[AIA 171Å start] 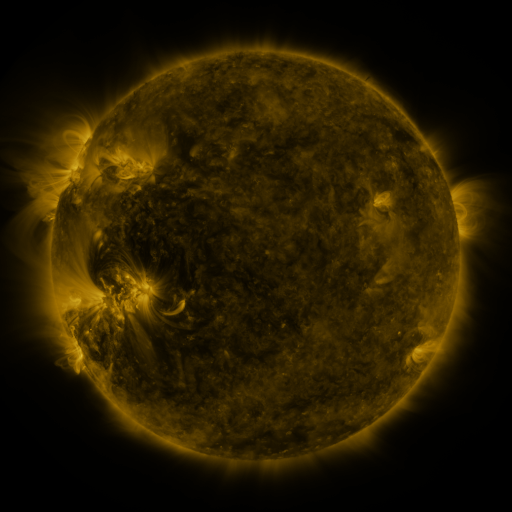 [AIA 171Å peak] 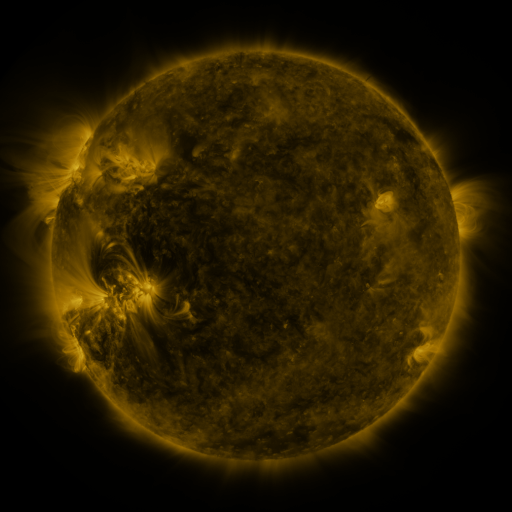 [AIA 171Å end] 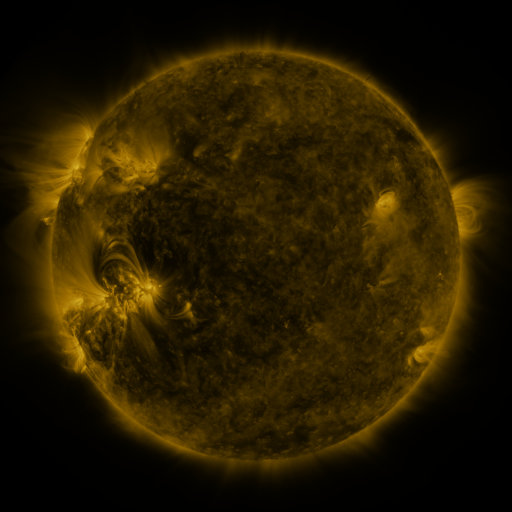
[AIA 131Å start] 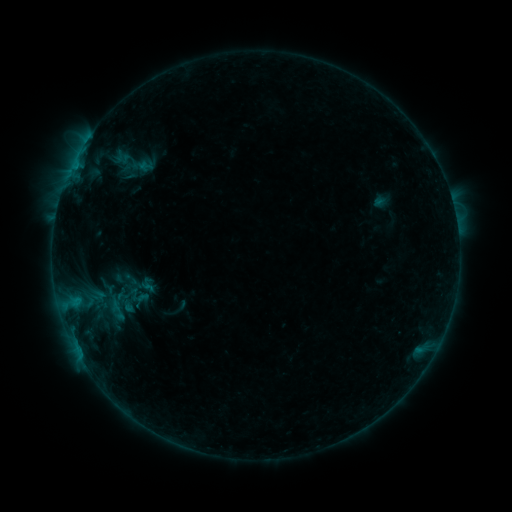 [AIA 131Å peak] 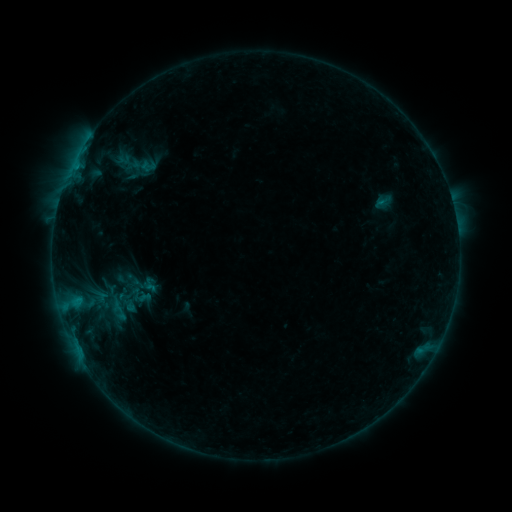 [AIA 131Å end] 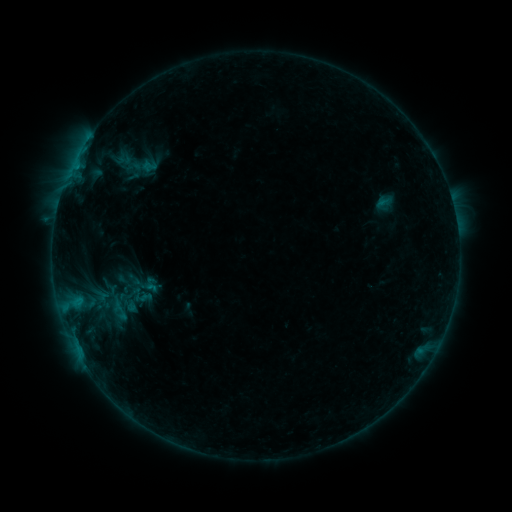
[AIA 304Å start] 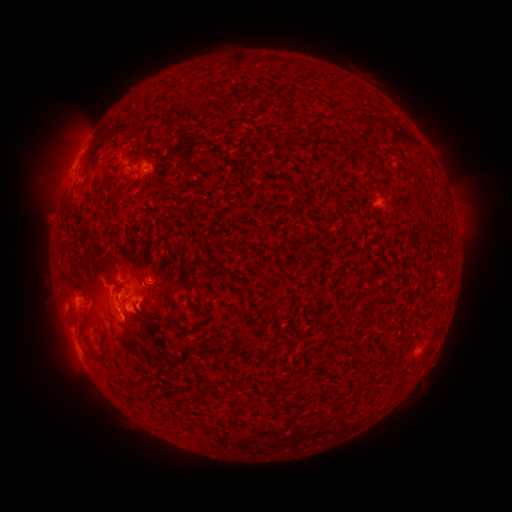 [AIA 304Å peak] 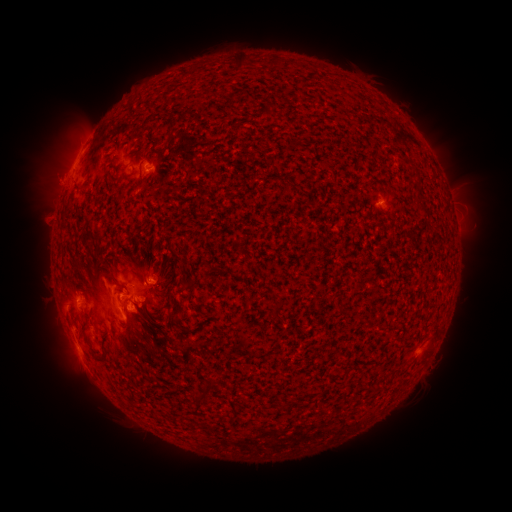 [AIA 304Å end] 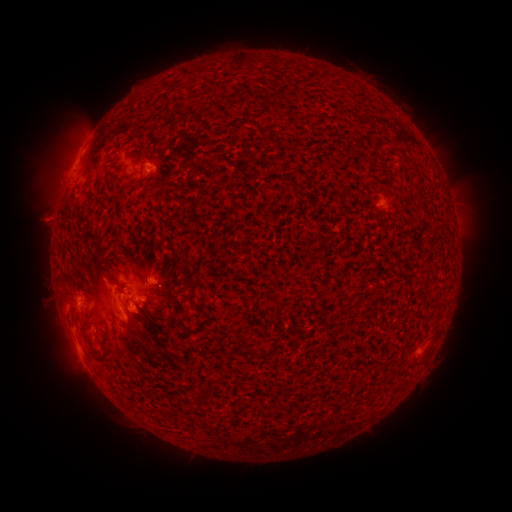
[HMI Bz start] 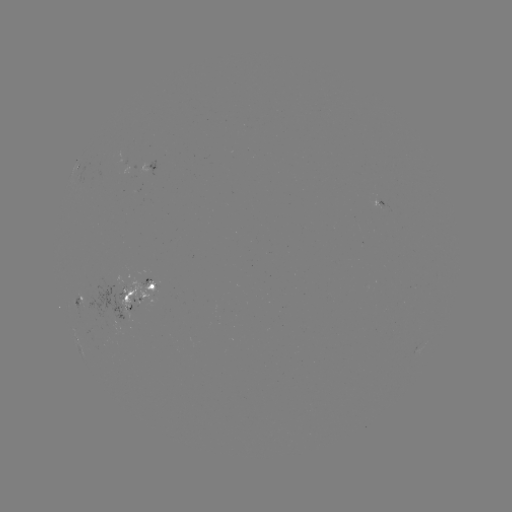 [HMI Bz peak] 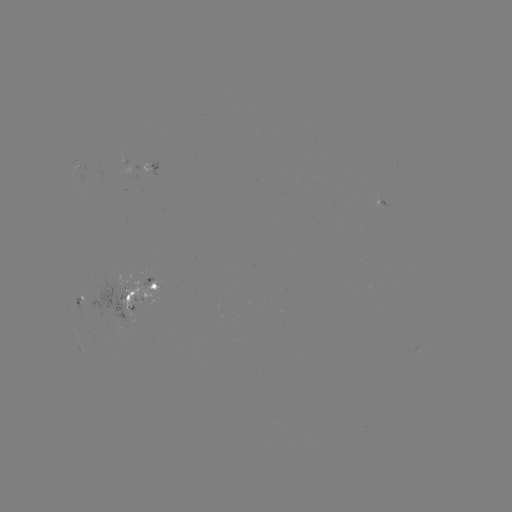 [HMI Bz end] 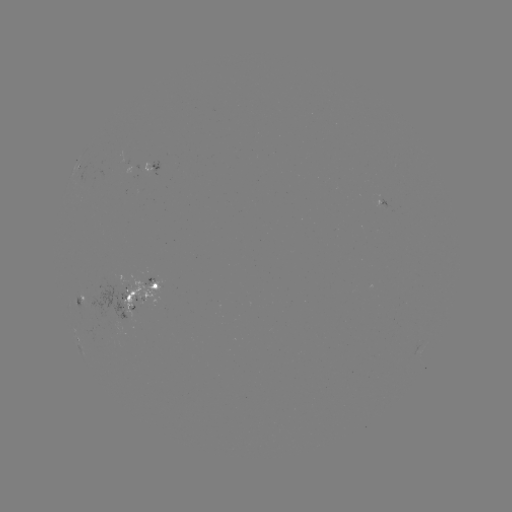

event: emerging-flux region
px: (152, 278)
